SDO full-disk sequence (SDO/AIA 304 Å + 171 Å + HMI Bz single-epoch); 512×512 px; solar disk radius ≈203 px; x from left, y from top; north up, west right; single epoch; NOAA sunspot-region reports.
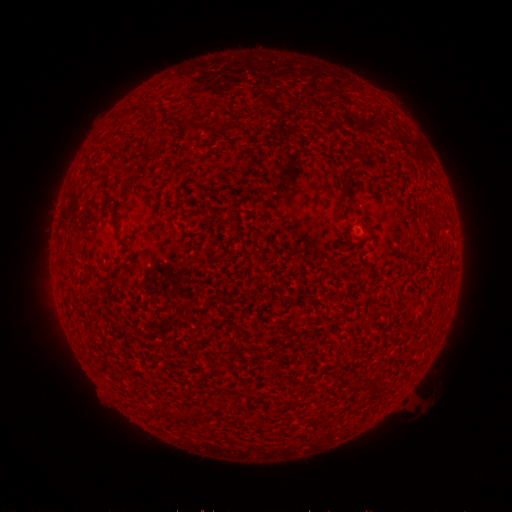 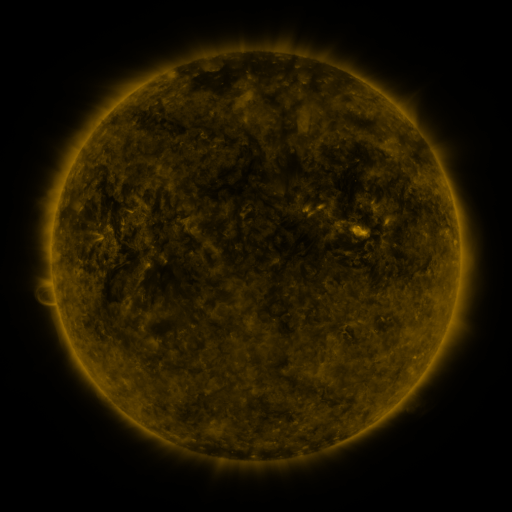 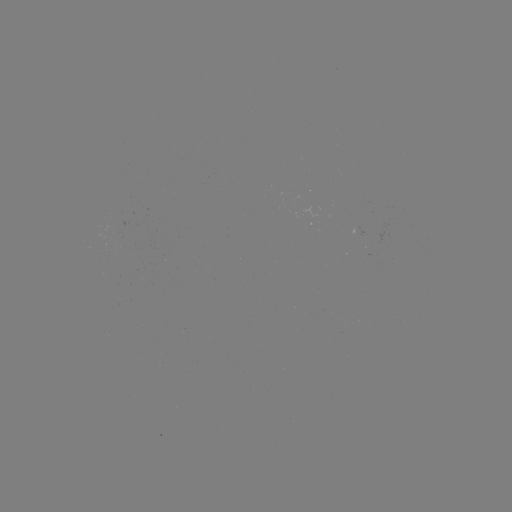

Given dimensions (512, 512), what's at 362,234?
spotted active region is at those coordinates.